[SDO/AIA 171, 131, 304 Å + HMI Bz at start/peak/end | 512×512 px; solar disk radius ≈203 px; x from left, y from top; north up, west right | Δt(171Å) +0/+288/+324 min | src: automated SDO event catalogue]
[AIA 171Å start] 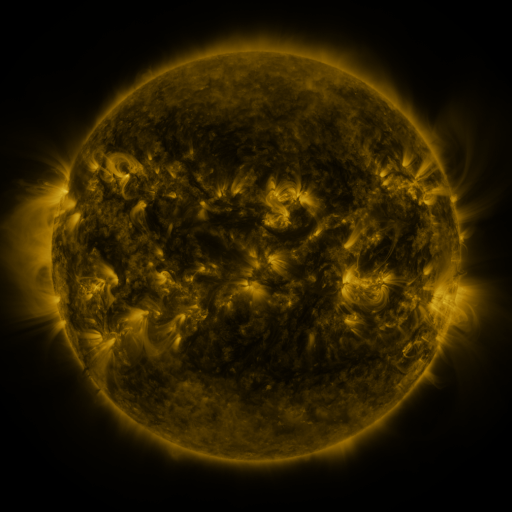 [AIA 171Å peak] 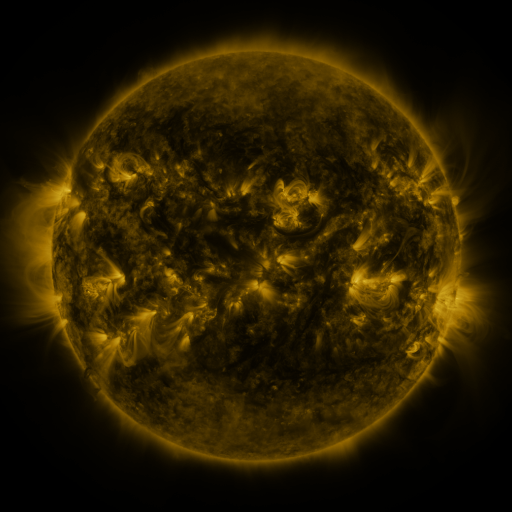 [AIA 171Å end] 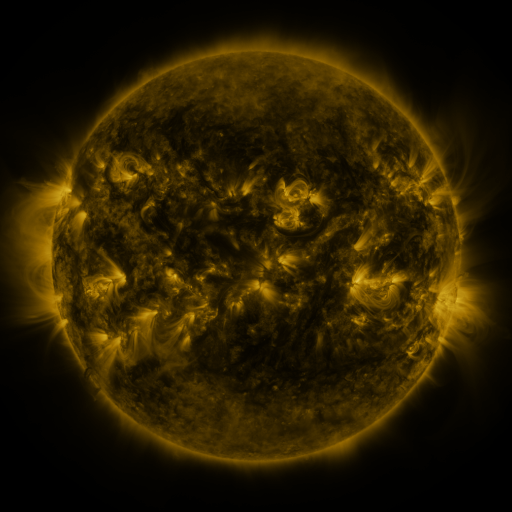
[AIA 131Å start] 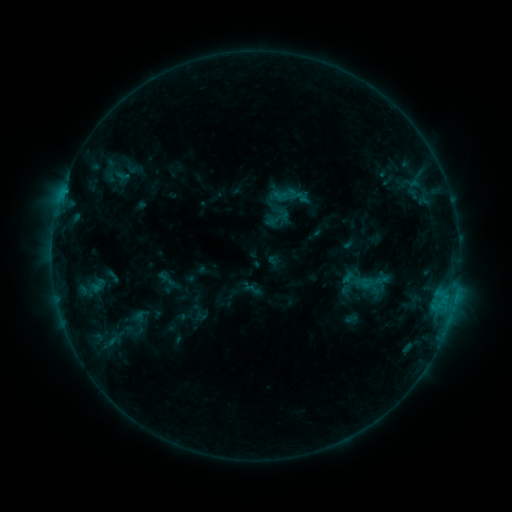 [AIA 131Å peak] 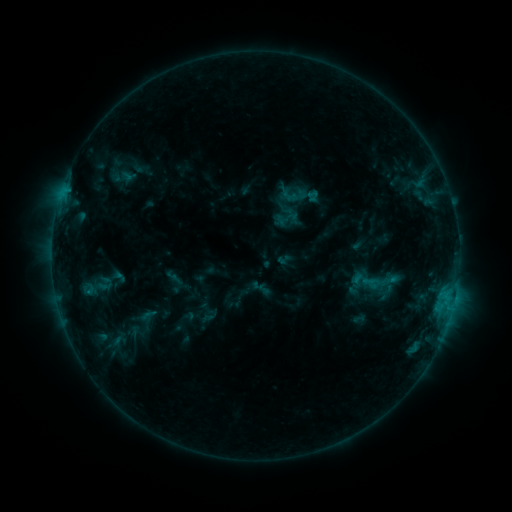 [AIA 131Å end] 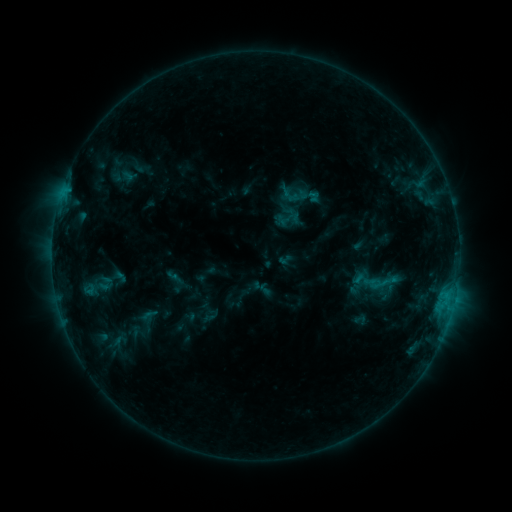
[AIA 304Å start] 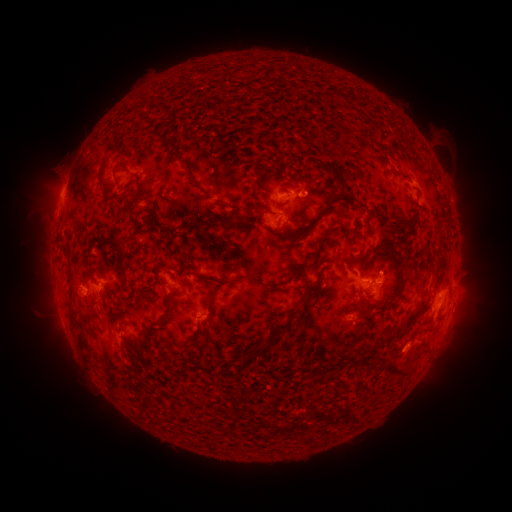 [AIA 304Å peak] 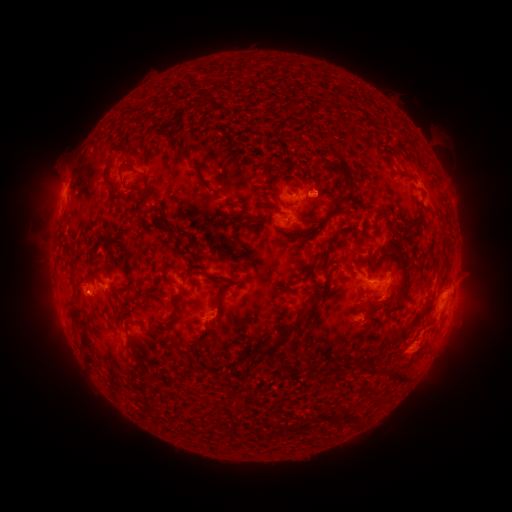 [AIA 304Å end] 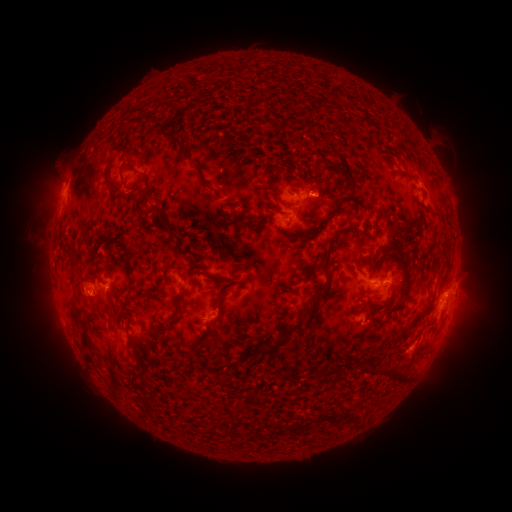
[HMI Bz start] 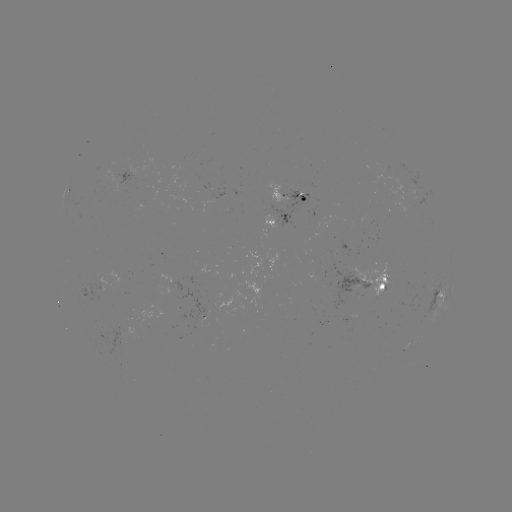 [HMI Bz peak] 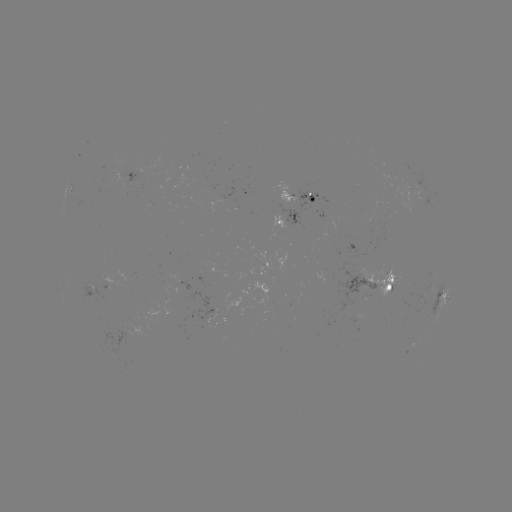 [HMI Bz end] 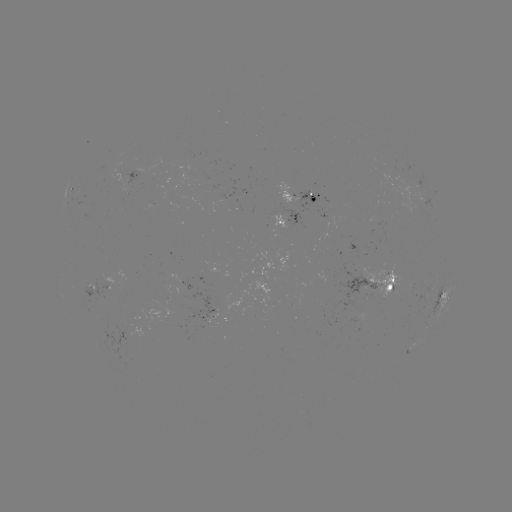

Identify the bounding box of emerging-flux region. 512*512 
[389, 156, 399, 166].